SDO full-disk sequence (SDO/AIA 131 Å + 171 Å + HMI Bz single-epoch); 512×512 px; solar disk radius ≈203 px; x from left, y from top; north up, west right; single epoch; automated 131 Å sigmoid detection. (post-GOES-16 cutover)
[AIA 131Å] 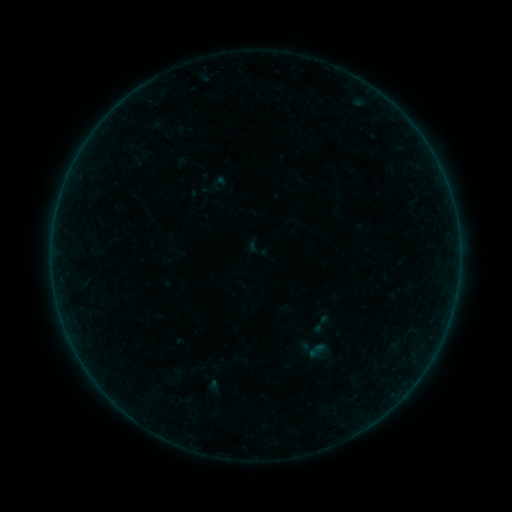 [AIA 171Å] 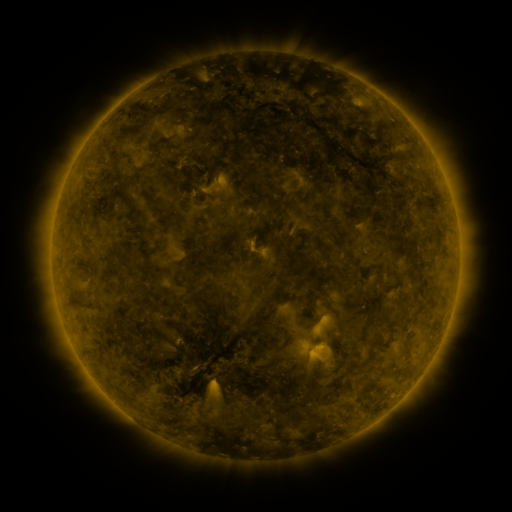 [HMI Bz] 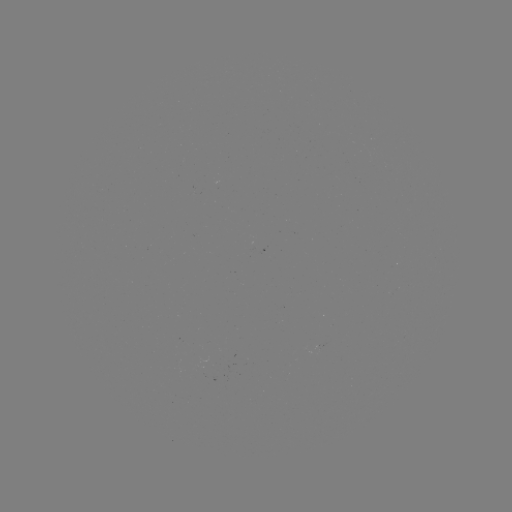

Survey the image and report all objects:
sigmoid: (321, 324)
